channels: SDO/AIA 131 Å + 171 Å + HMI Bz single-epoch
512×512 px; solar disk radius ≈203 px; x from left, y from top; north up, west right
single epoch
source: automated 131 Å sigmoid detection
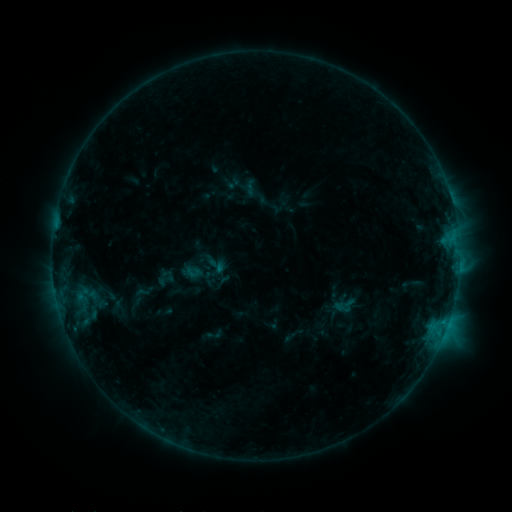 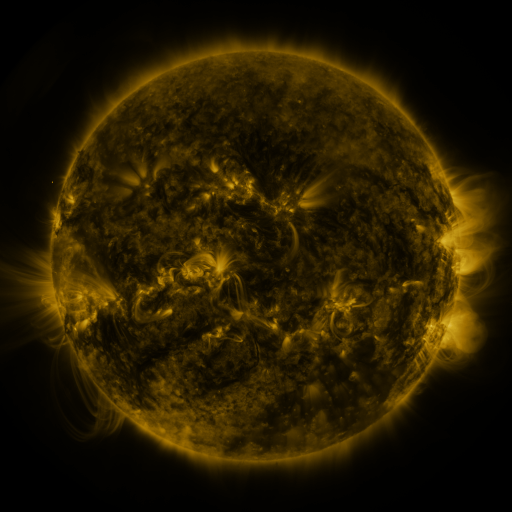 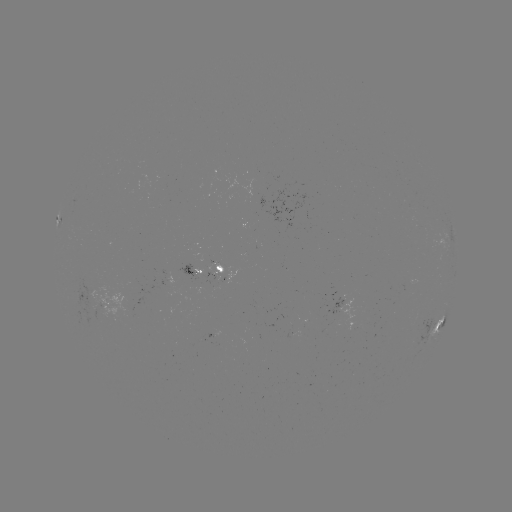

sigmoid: [209, 257, 226, 274]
